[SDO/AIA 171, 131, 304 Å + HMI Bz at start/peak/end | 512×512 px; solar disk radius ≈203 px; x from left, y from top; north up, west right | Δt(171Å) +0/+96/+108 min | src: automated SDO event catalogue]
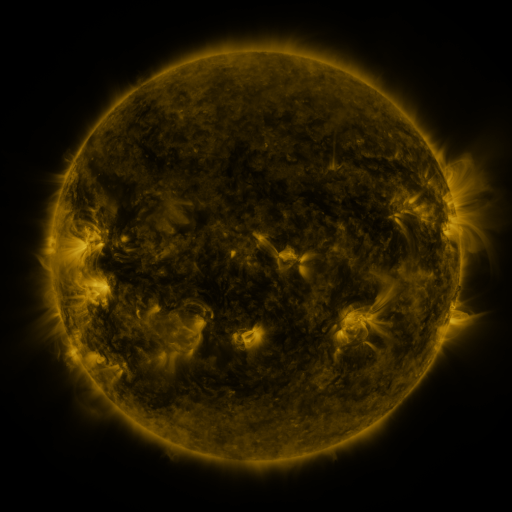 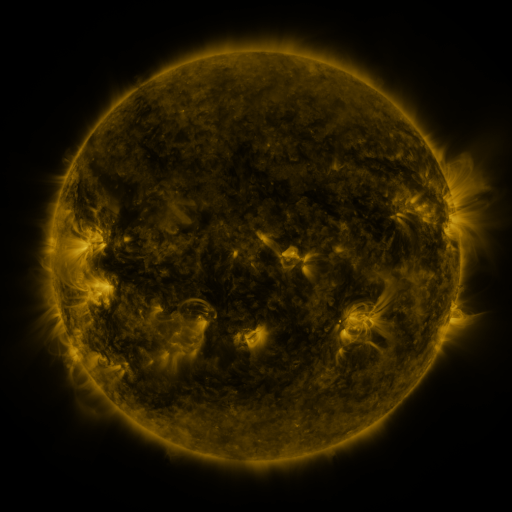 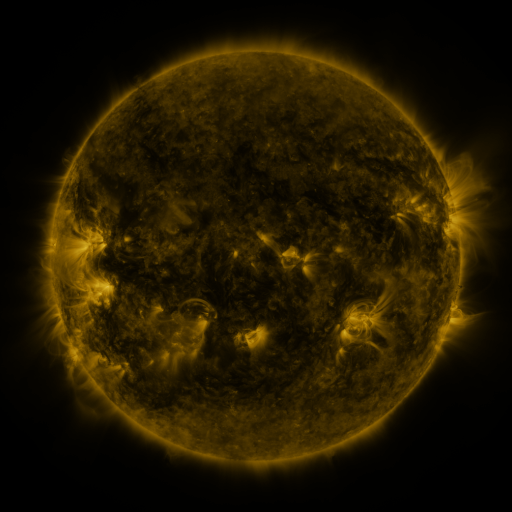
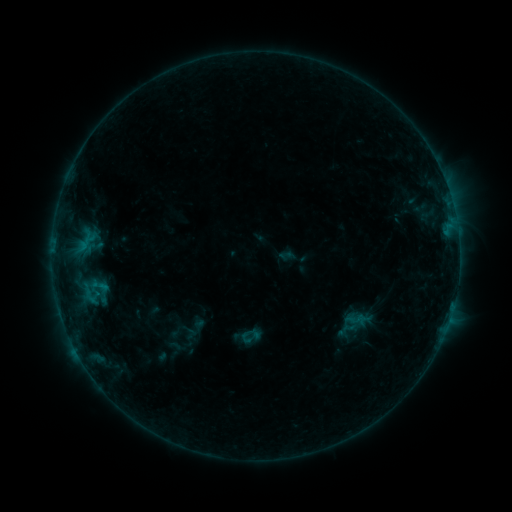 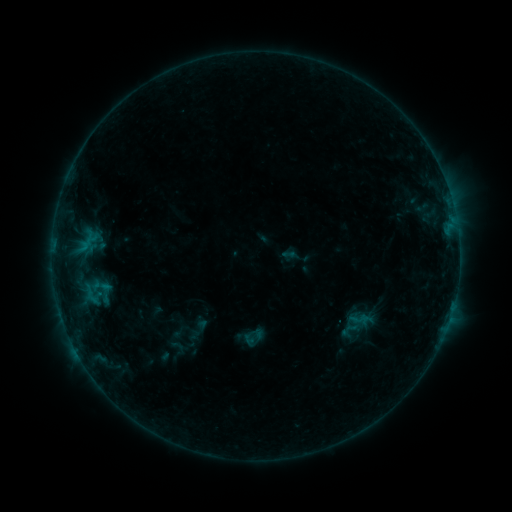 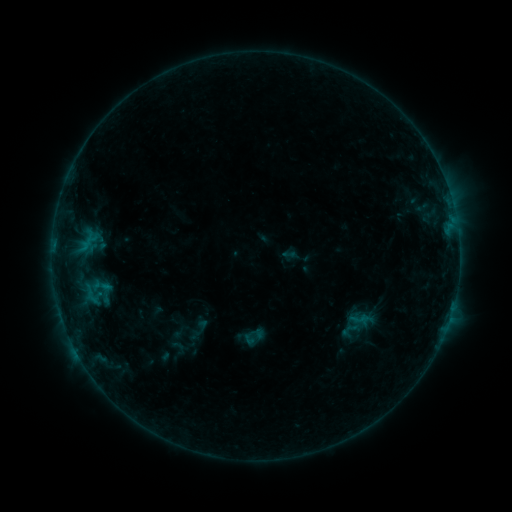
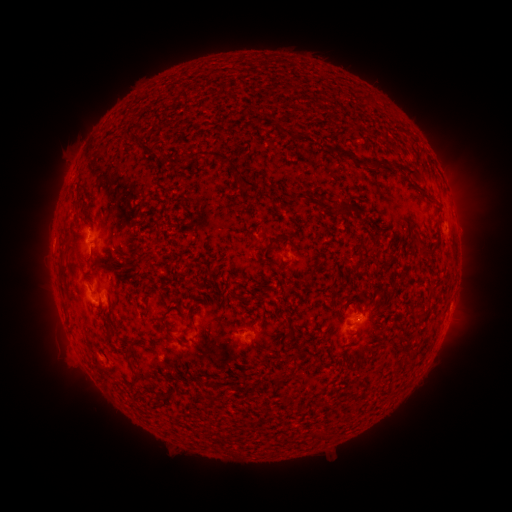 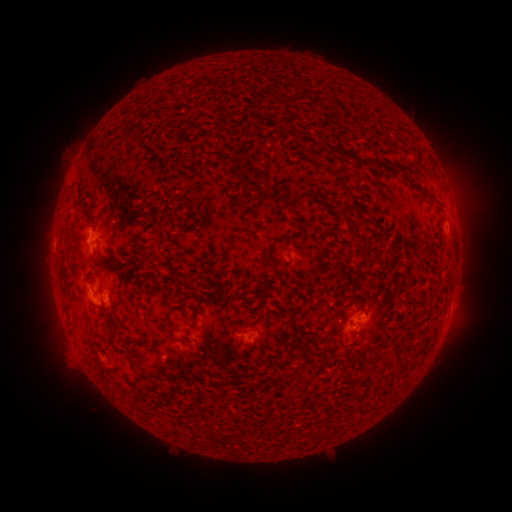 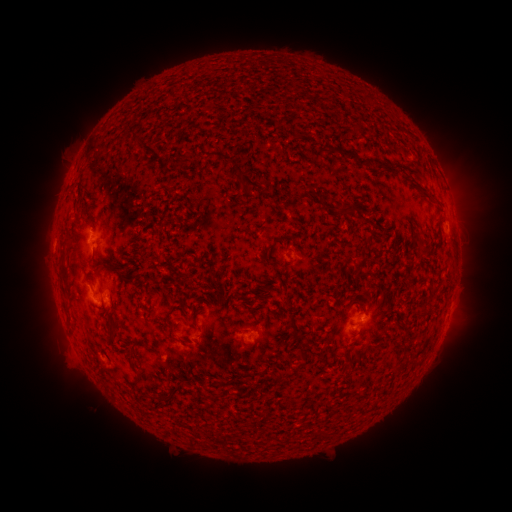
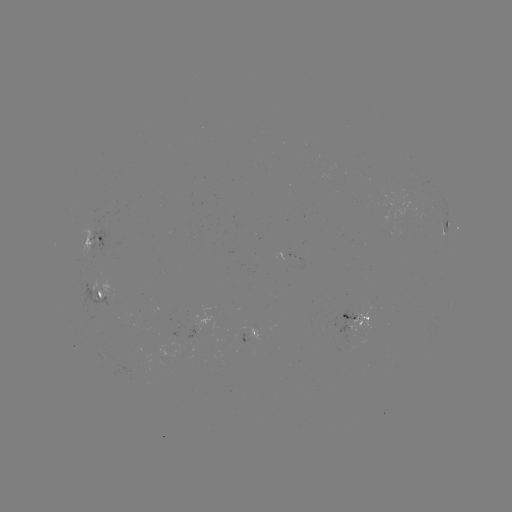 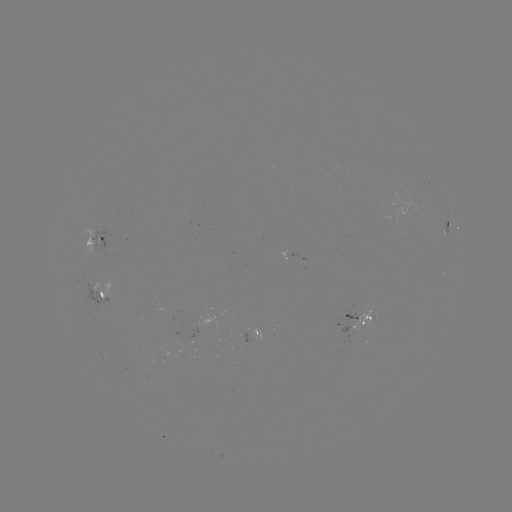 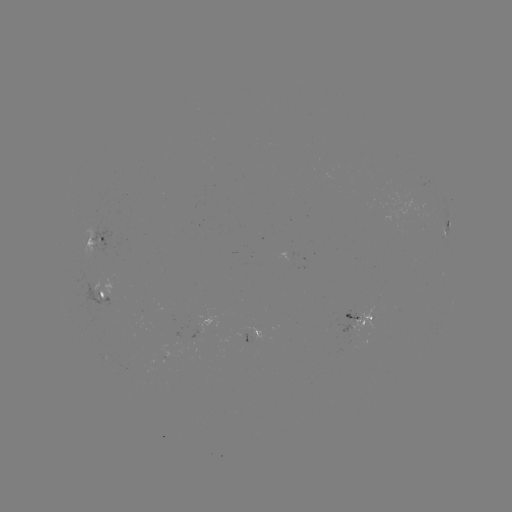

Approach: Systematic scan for emerging-flux region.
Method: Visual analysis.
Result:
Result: emerging-flux region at [104, 296].